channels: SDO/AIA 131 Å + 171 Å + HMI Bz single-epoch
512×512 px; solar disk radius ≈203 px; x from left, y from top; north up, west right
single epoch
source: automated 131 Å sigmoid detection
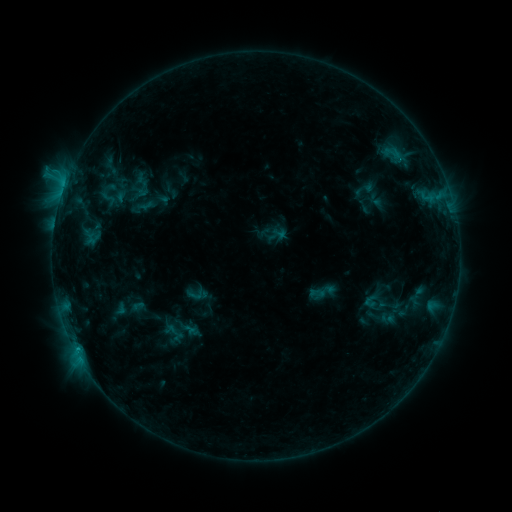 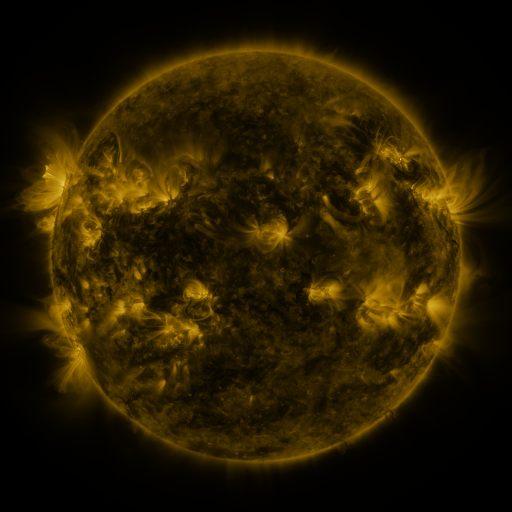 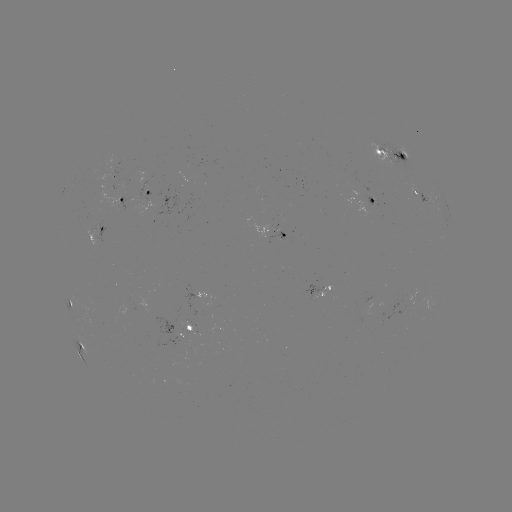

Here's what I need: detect sigmoid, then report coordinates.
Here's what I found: sigmoid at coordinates (108, 198).